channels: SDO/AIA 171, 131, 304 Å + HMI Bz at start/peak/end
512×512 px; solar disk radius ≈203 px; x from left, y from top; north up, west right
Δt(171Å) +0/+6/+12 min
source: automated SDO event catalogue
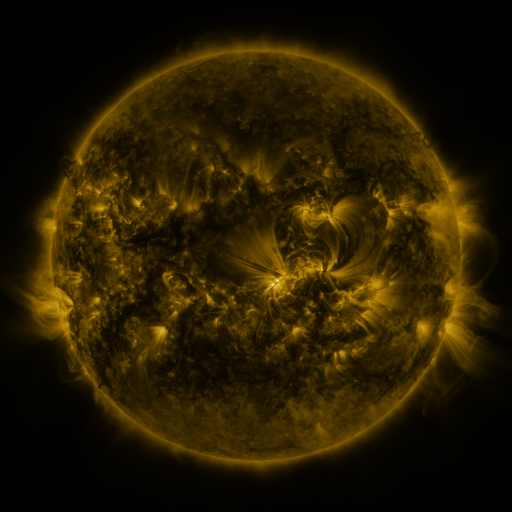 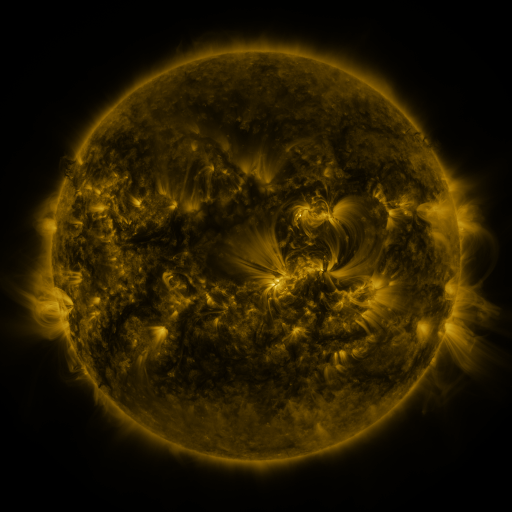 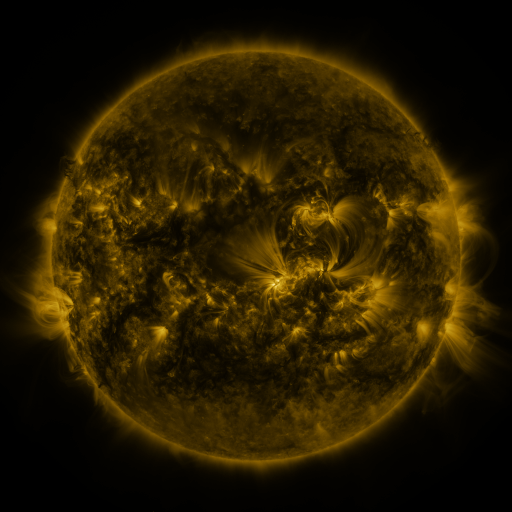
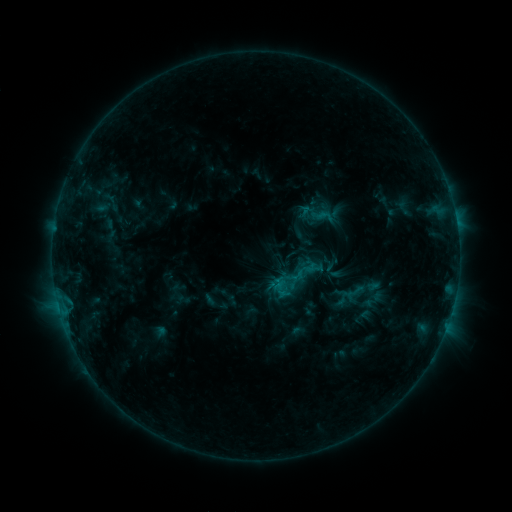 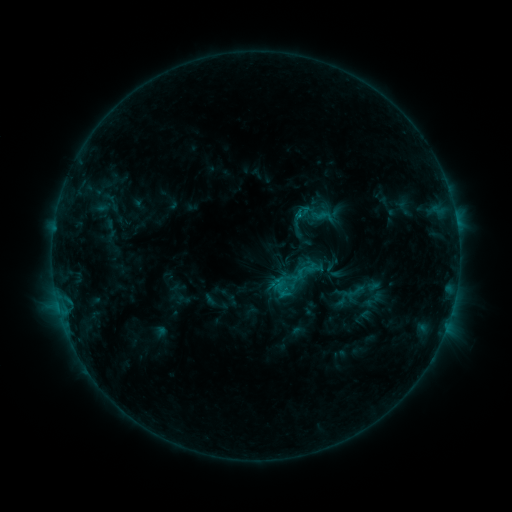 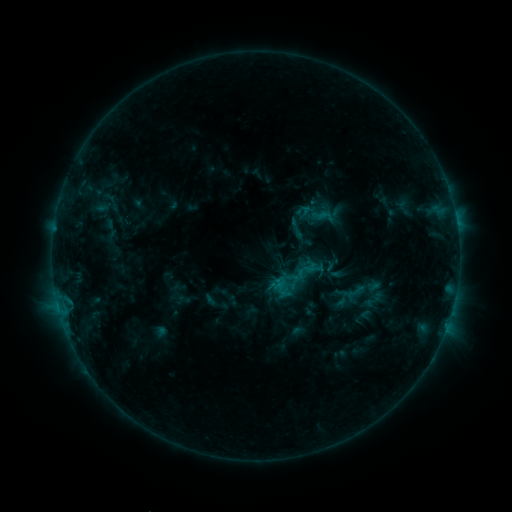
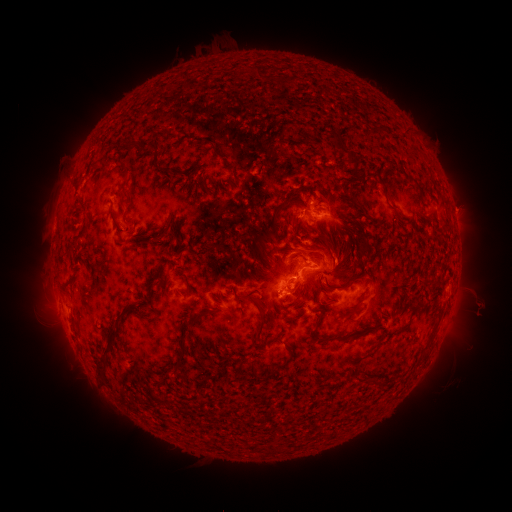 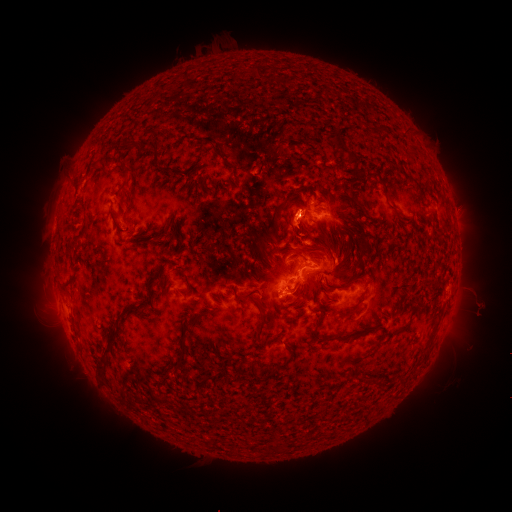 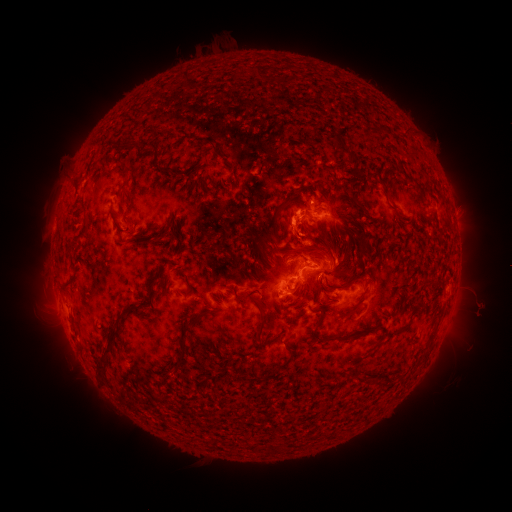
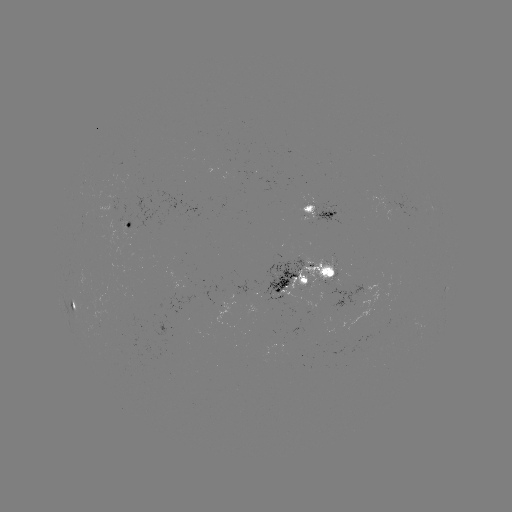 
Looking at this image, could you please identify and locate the eruption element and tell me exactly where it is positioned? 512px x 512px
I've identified eruption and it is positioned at (291, 220).